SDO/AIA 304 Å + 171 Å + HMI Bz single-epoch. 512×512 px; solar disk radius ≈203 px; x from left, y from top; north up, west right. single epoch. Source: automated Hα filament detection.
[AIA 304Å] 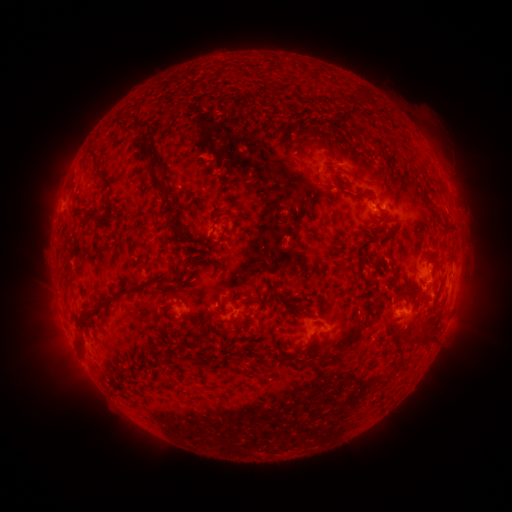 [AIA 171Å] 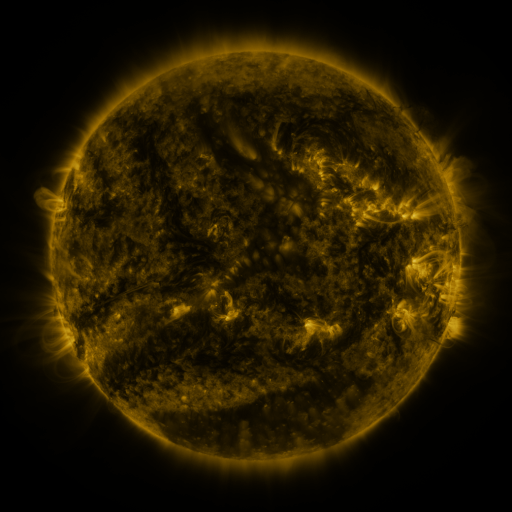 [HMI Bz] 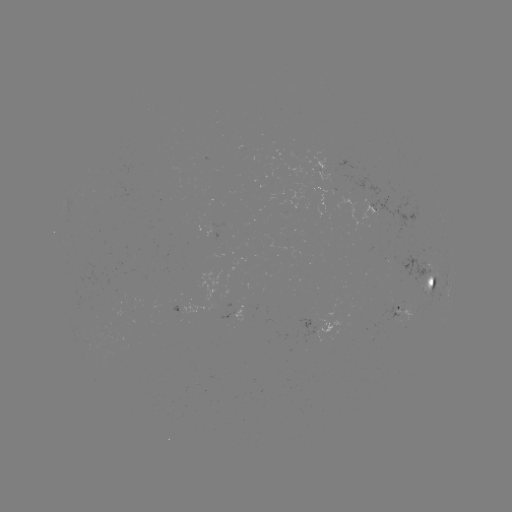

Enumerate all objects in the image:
filament: (281, 90)
filament: (370, 98)
filament: (148, 131)
filament: (358, 131)
filament: (303, 133)
filament: (93, 156)
filament: (97, 174)
filament: (159, 187)
filament: (169, 209)
filament: (220, 213)
filament: (92, 217)
filament: (79, 219)
filament: (449, 226)
filament: (176, 230)
filament: (362, 260)
filament: (180, 274)
filament: (127, 293)
filament: (437, 293)
filament: (81, 320)
filament: (357, 336)
filament: (421, 337)
filament: (309, 346)
filament: (334, 357)
